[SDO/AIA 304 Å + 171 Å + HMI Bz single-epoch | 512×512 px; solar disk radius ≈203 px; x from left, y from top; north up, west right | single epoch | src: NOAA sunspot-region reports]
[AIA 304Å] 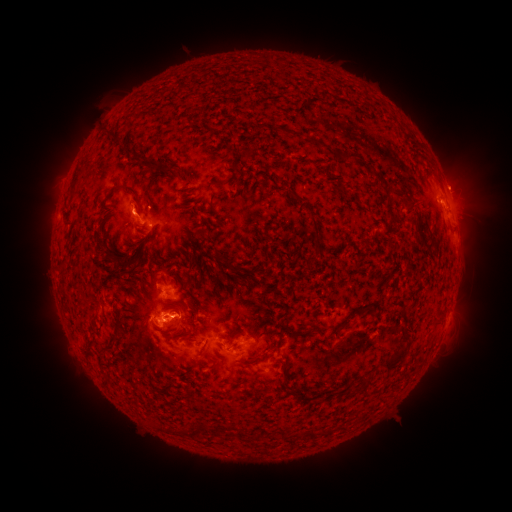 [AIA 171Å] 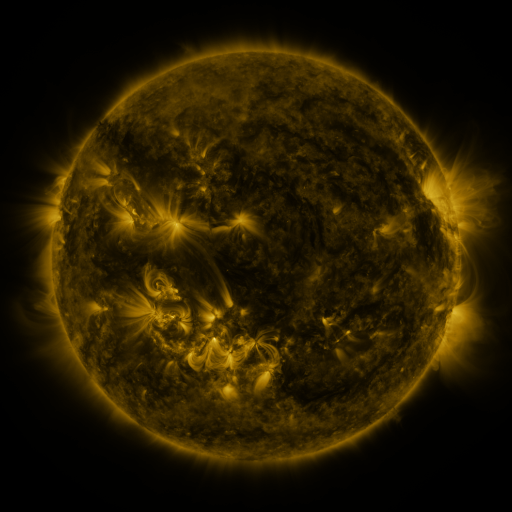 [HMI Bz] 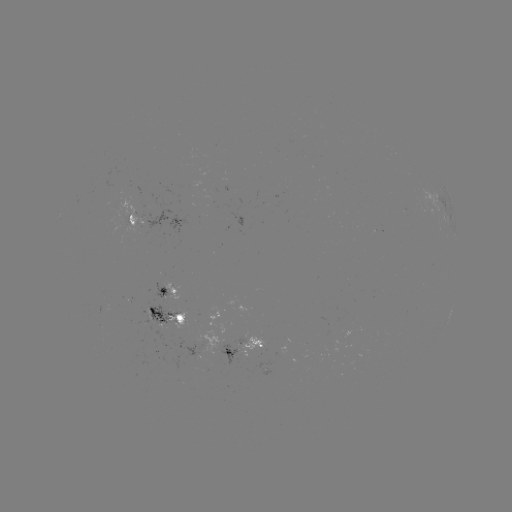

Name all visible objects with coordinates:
spotted active region: (441, 204)
spotted active region: (132, 219)
spotted active region: (174, 290)
spotted active region: (450, 312)
spotted active region: (164, 318)
spotted active region: (249, 351)
